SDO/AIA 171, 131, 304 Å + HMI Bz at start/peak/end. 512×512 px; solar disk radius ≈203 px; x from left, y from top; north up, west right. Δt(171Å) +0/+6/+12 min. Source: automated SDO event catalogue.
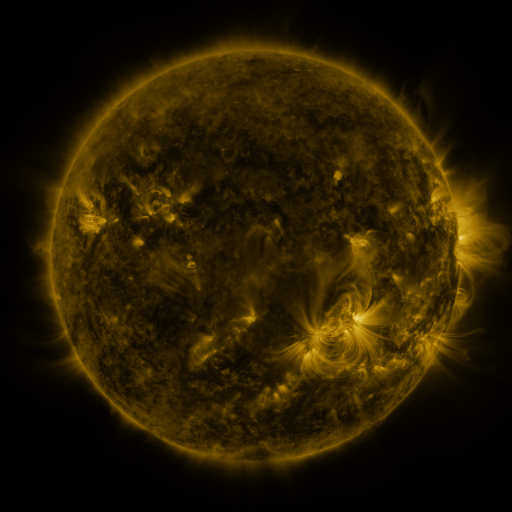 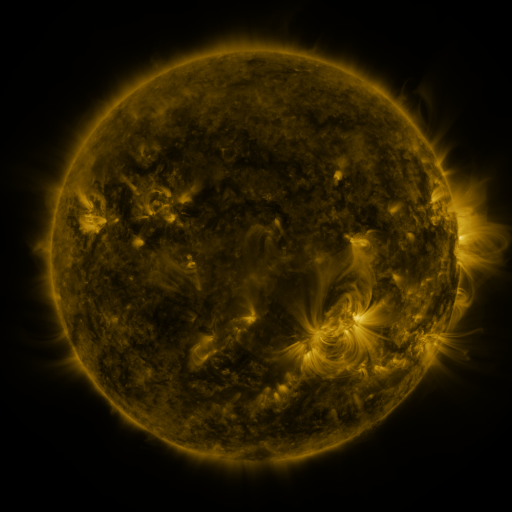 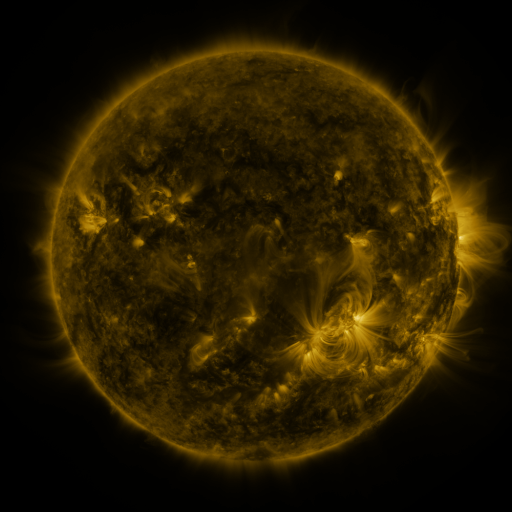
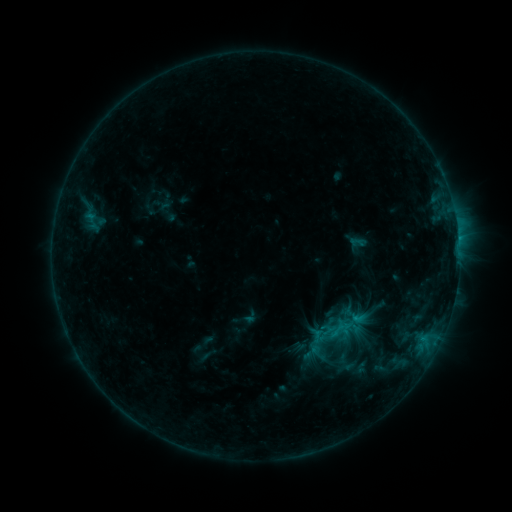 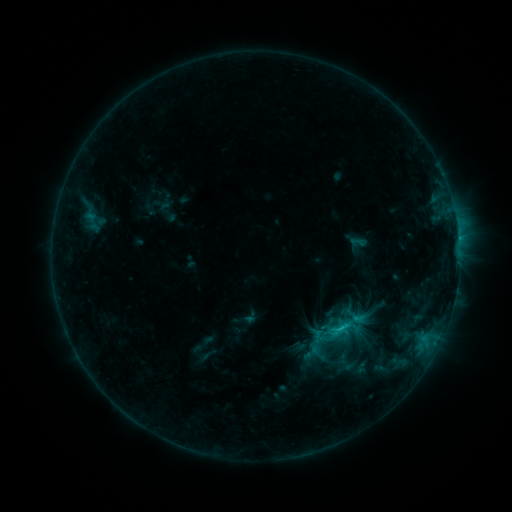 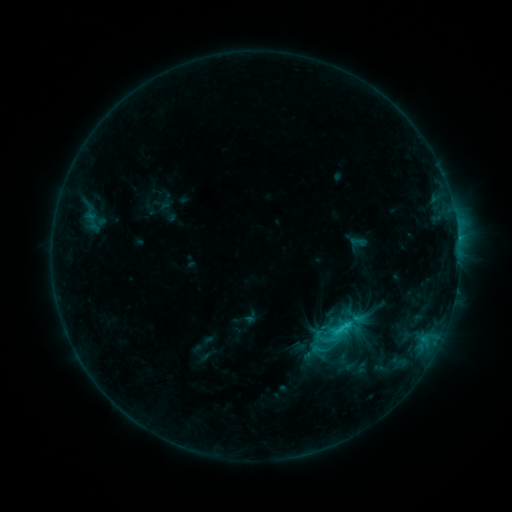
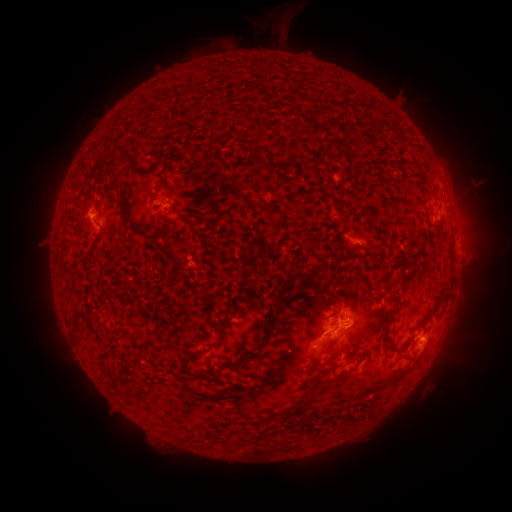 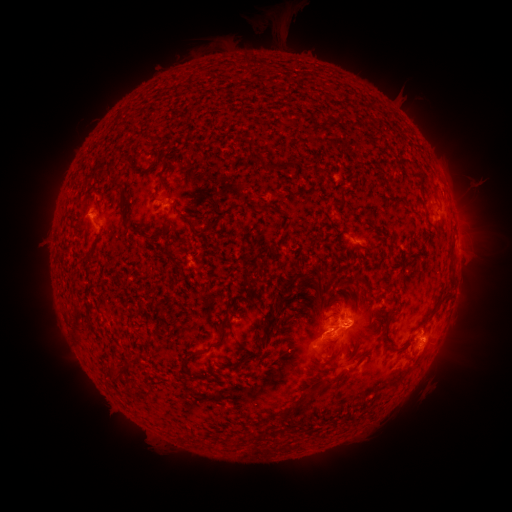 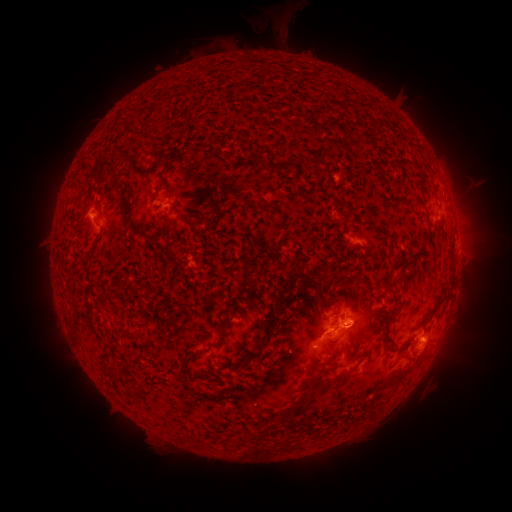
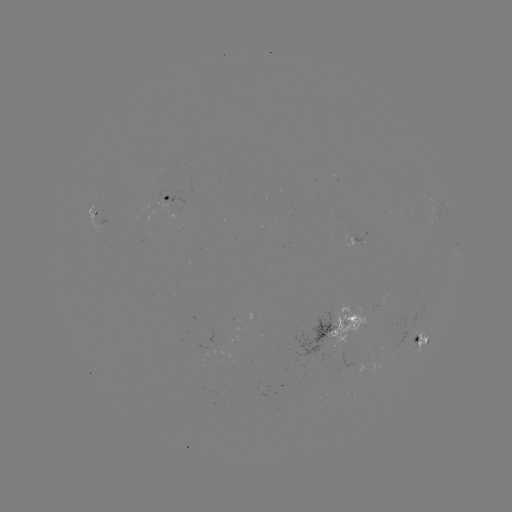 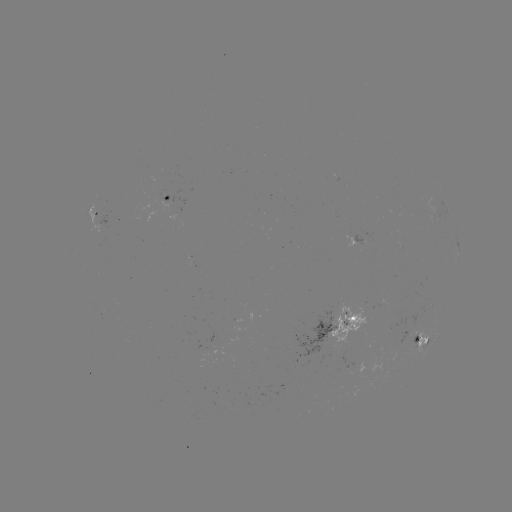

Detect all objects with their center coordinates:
C1.8 flare: (346, 323)
